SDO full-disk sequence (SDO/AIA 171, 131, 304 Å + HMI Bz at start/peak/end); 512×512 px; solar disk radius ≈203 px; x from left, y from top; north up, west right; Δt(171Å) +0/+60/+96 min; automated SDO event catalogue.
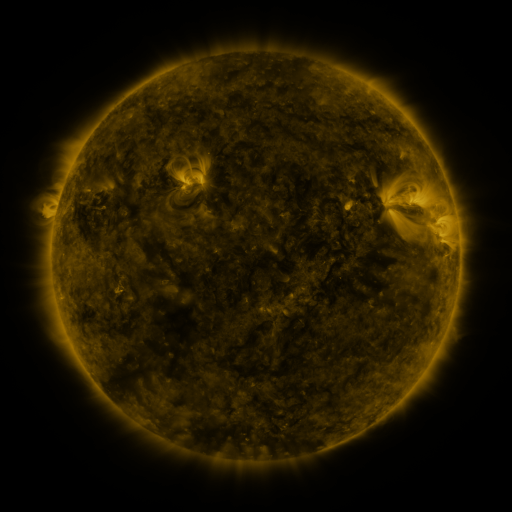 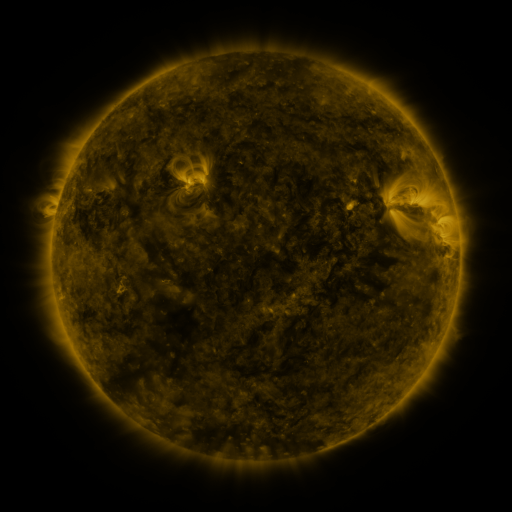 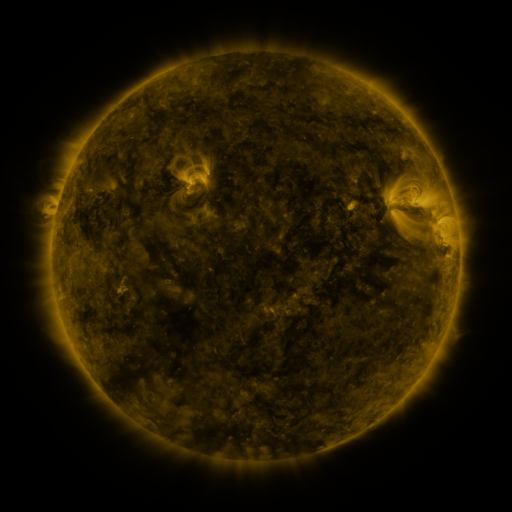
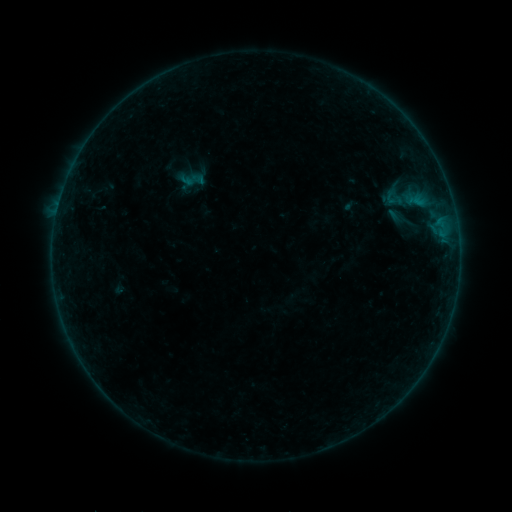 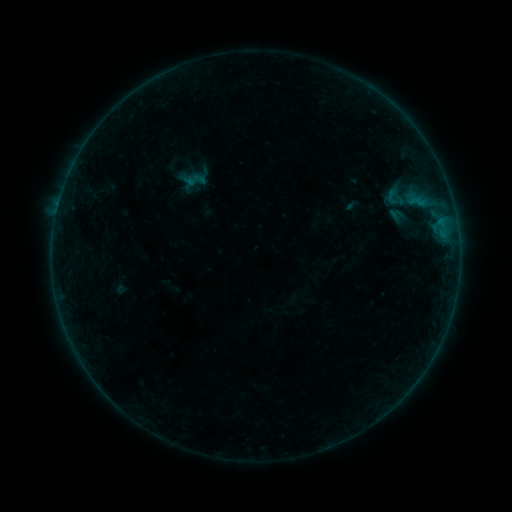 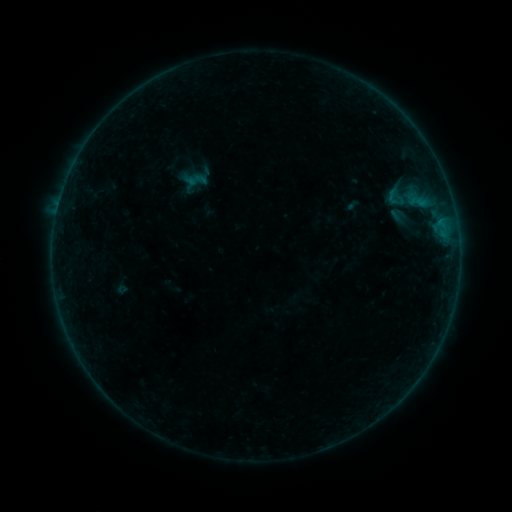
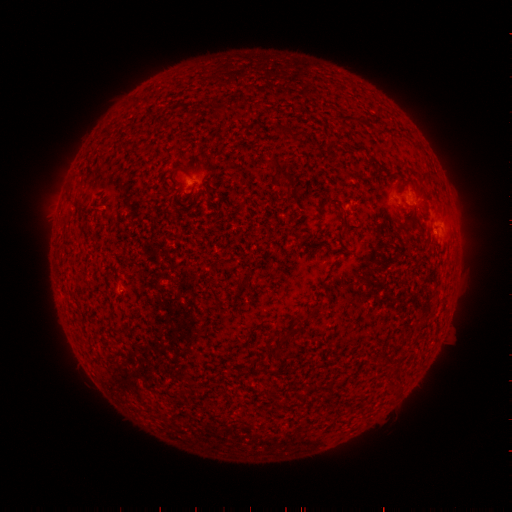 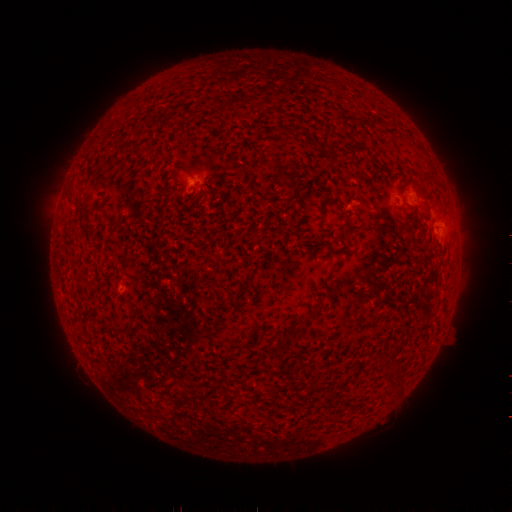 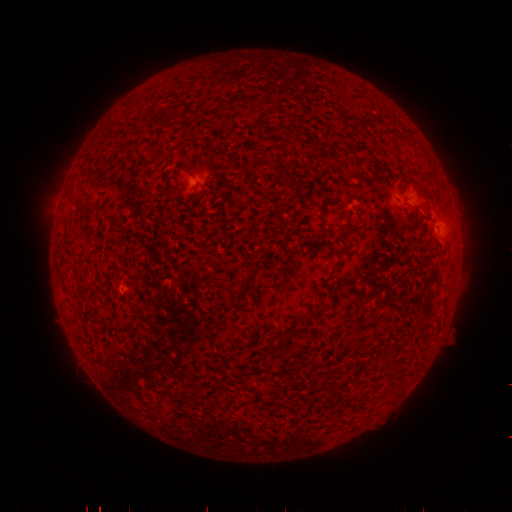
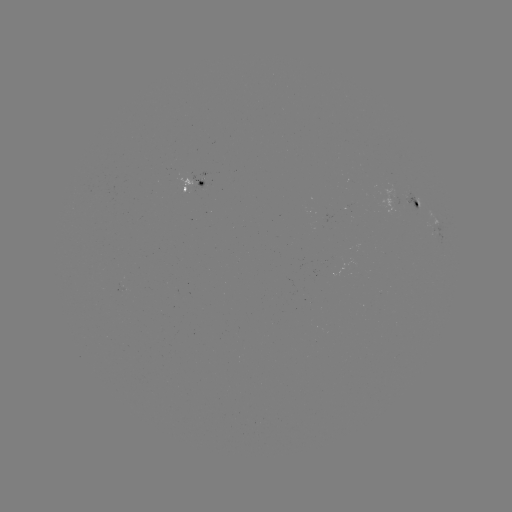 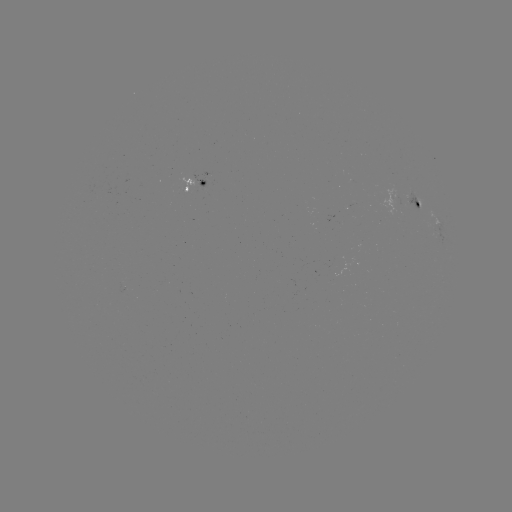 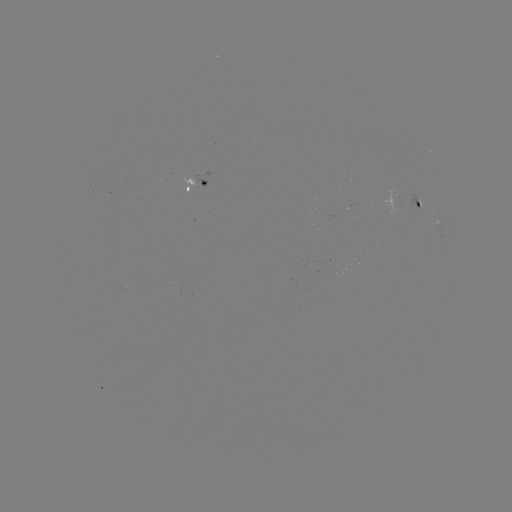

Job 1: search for emerging-flux region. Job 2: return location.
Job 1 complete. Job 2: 123,289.